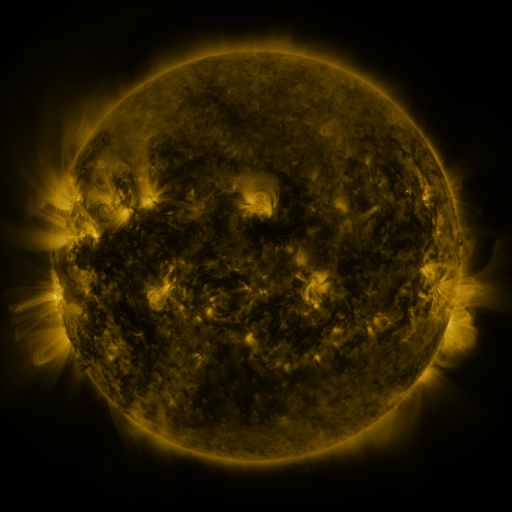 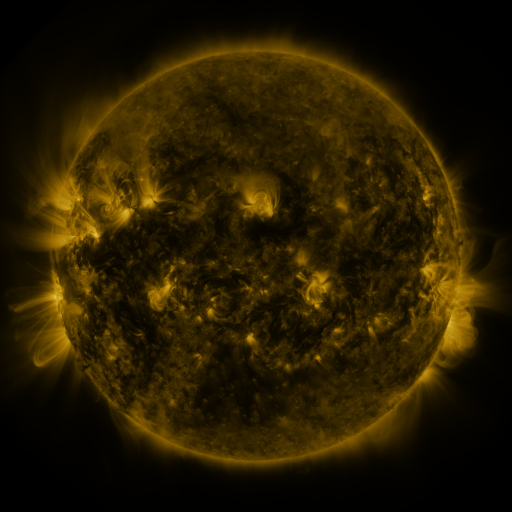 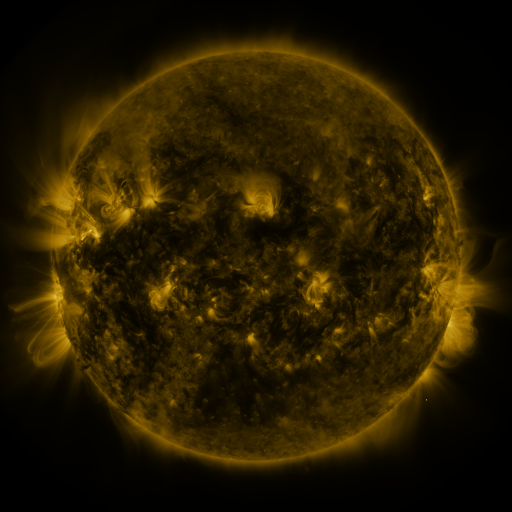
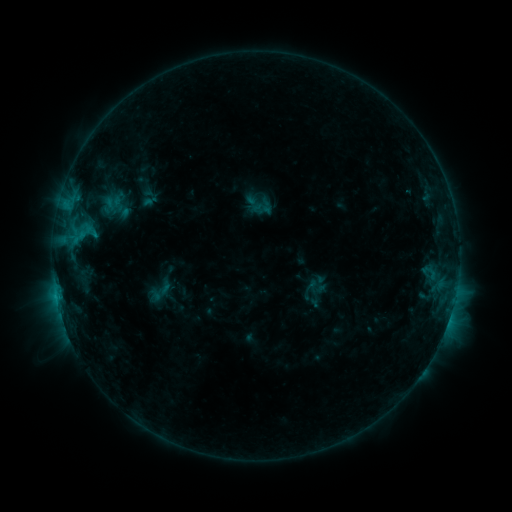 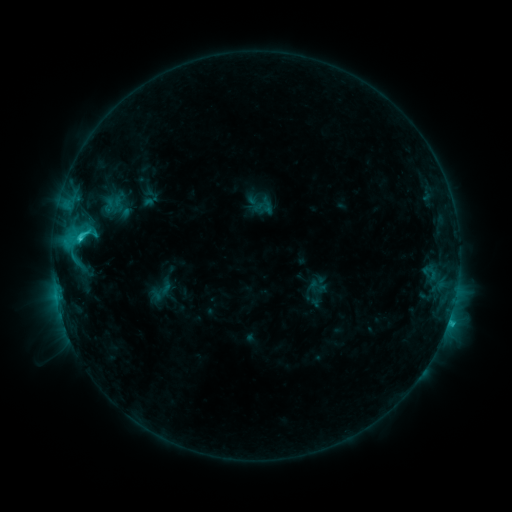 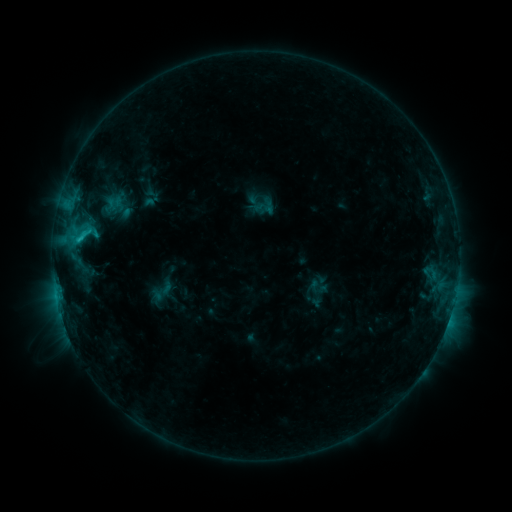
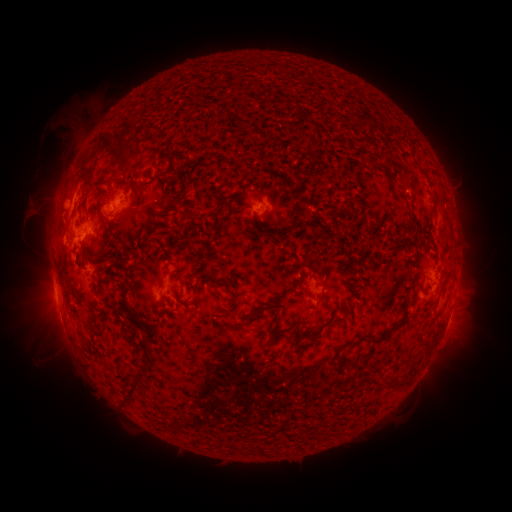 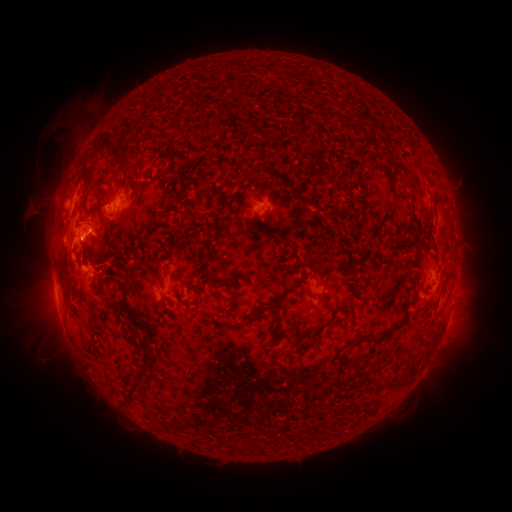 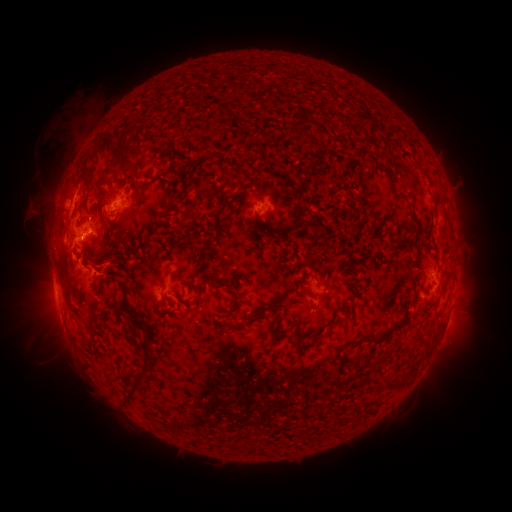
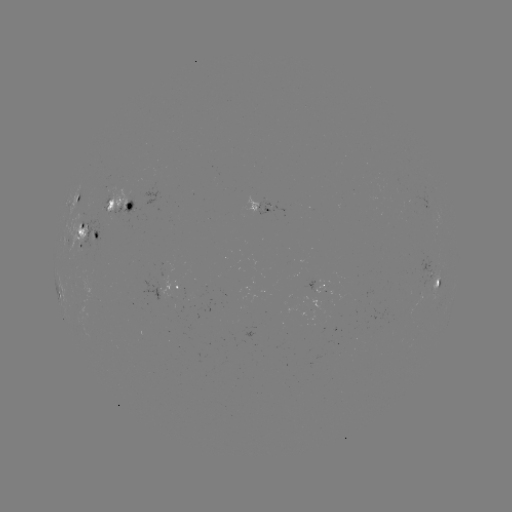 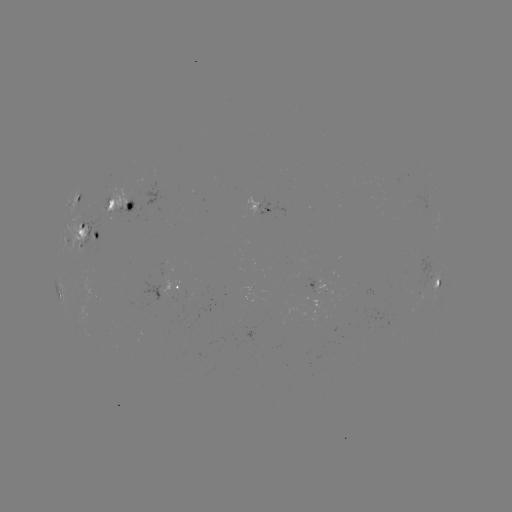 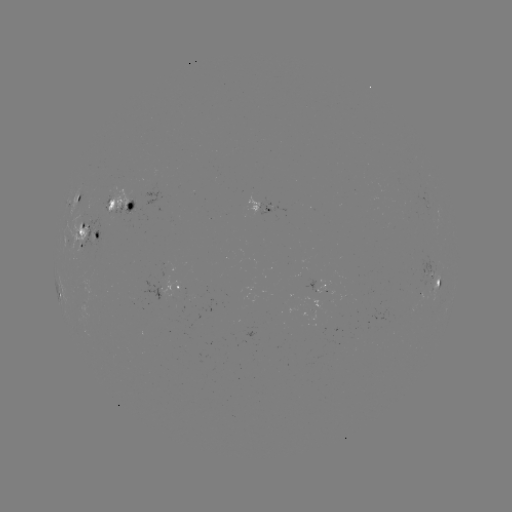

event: flare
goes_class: C3.0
